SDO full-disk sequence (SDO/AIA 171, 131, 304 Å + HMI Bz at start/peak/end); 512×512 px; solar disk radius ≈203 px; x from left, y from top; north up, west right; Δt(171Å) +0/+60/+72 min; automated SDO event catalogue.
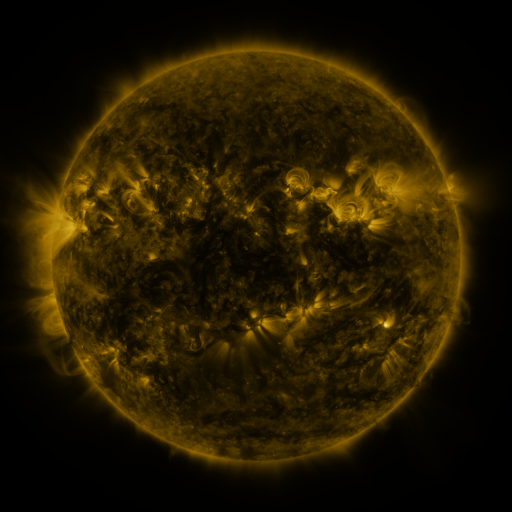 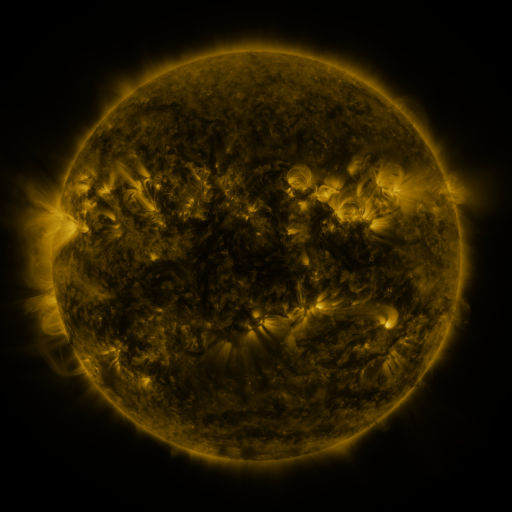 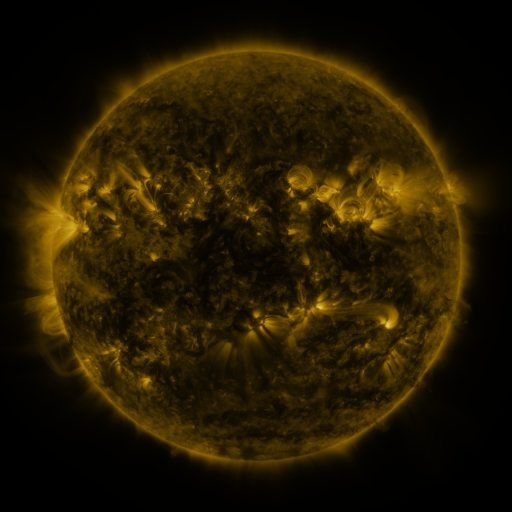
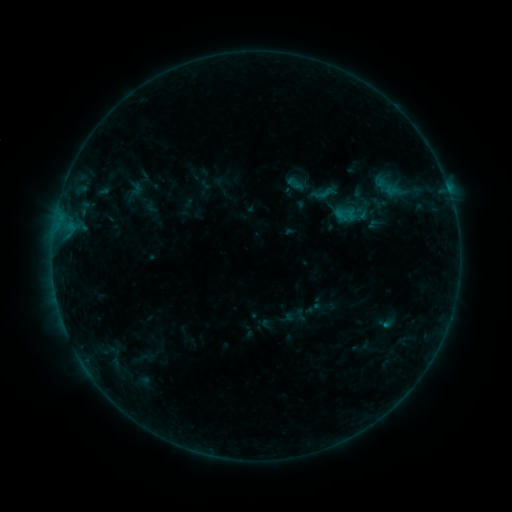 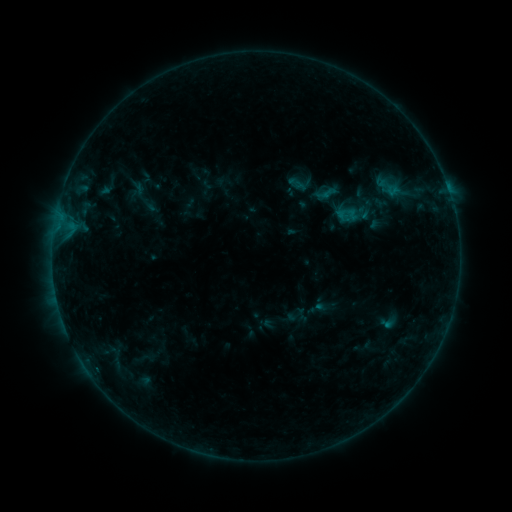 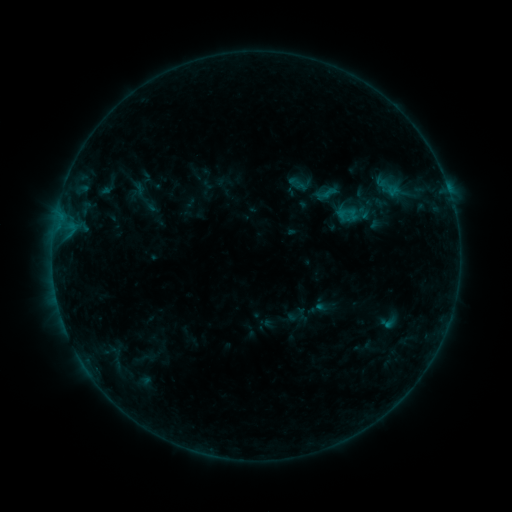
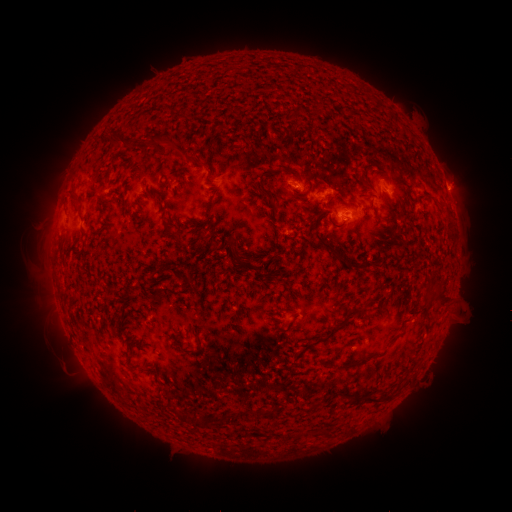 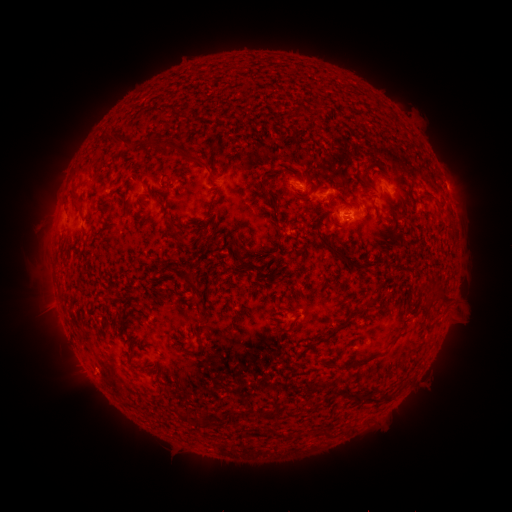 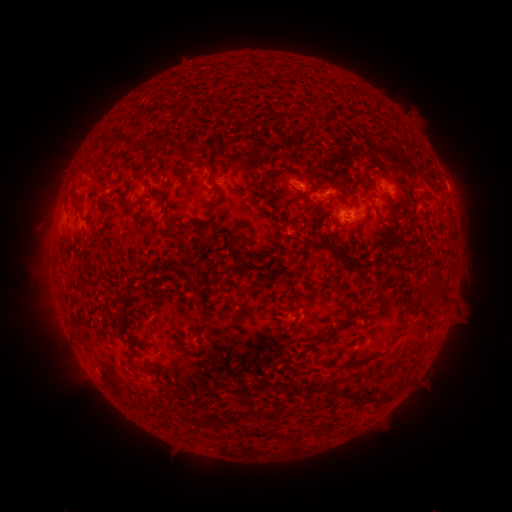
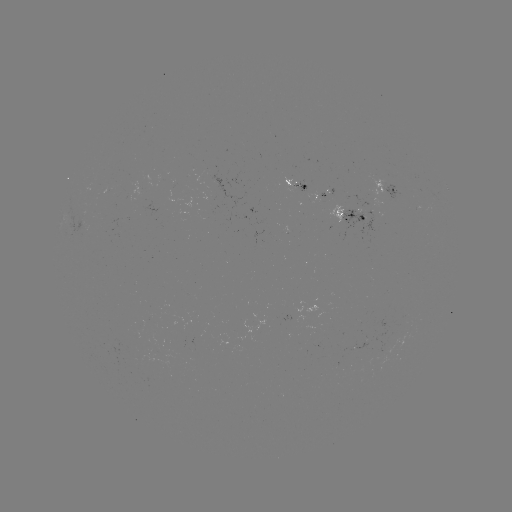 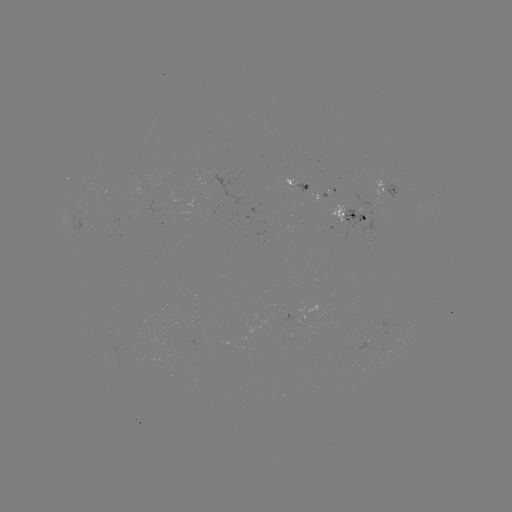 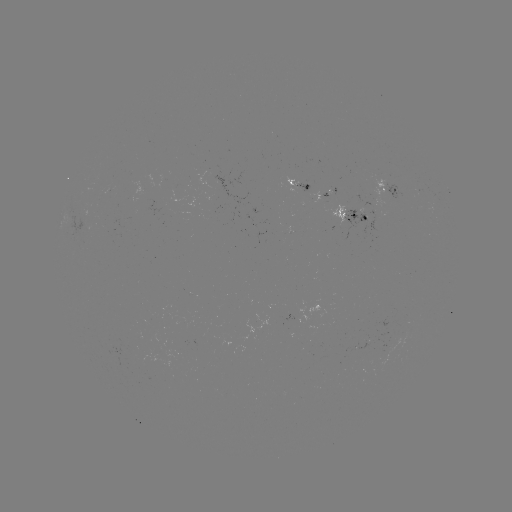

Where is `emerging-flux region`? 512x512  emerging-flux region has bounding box [294, 181, 310, 193].